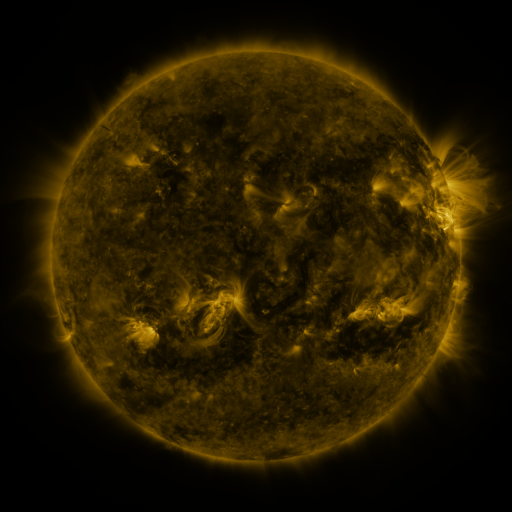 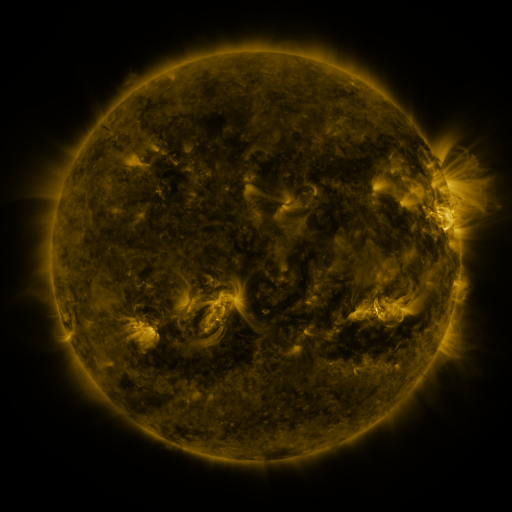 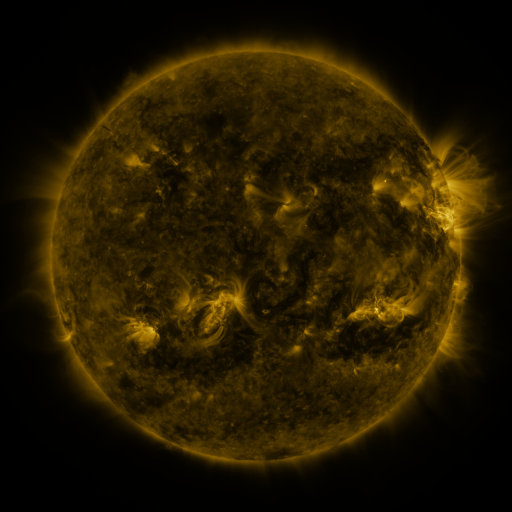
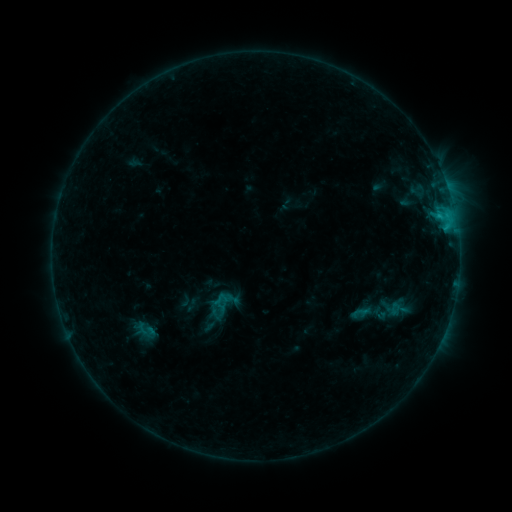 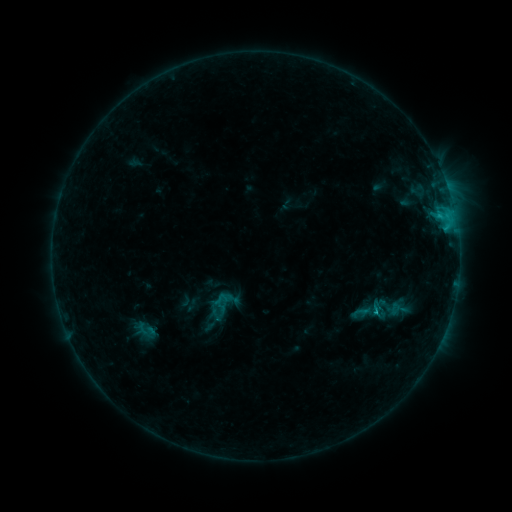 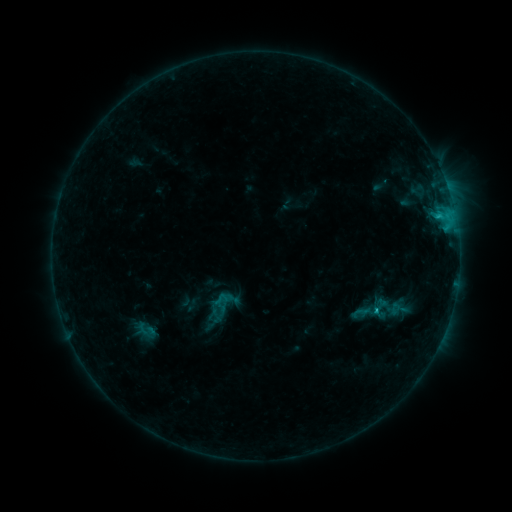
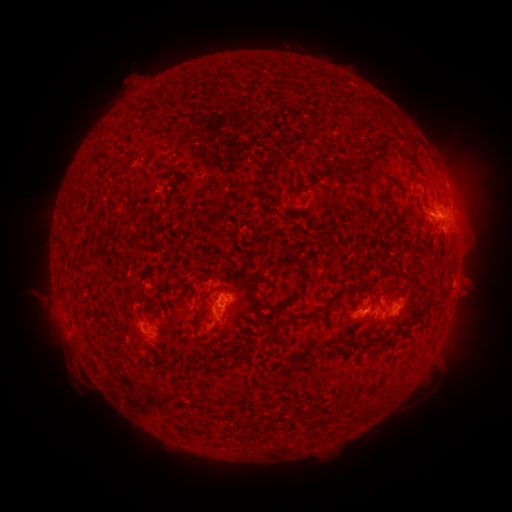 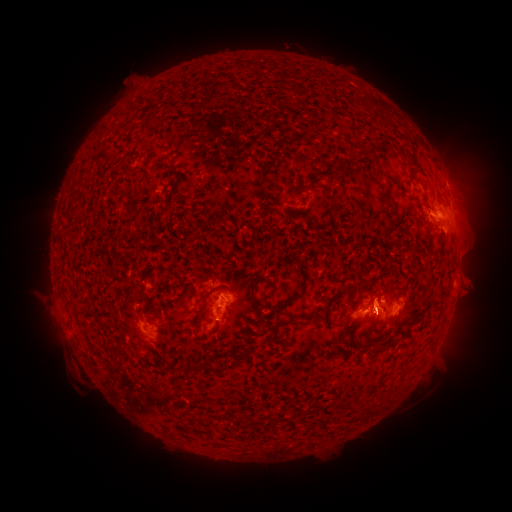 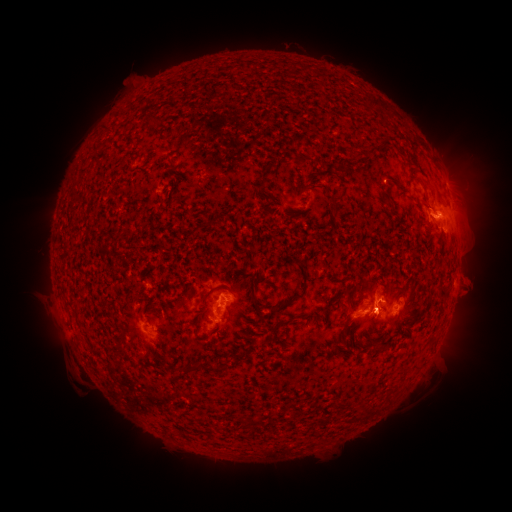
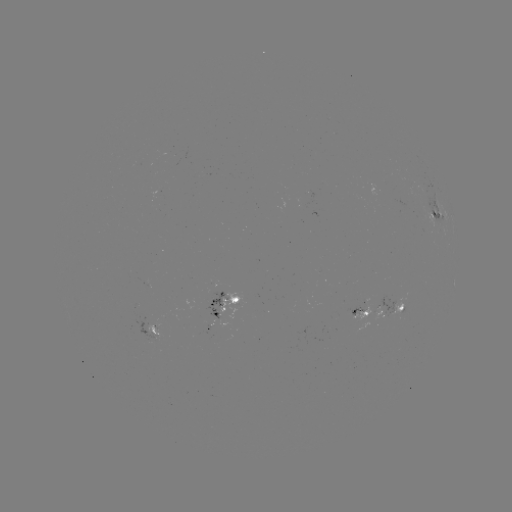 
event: eruption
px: (375, 333)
